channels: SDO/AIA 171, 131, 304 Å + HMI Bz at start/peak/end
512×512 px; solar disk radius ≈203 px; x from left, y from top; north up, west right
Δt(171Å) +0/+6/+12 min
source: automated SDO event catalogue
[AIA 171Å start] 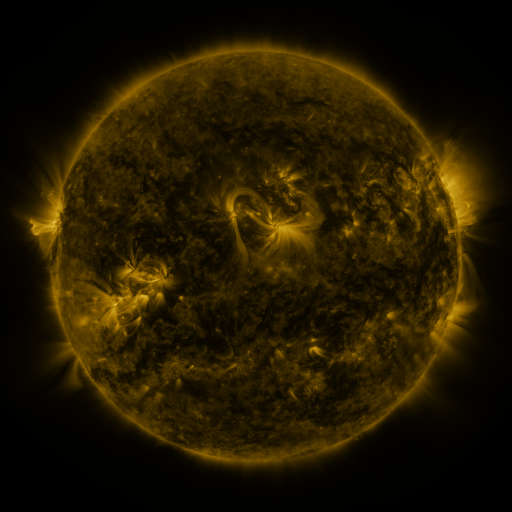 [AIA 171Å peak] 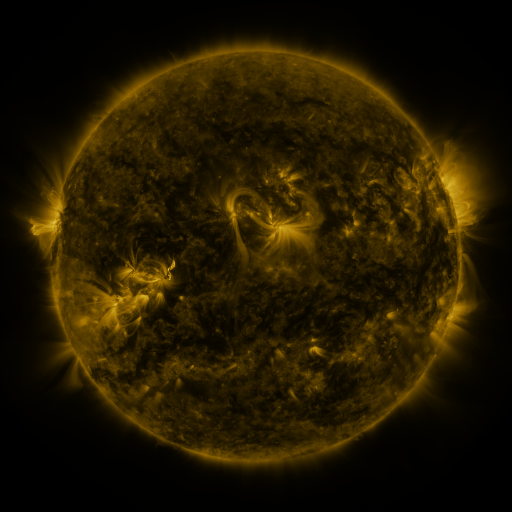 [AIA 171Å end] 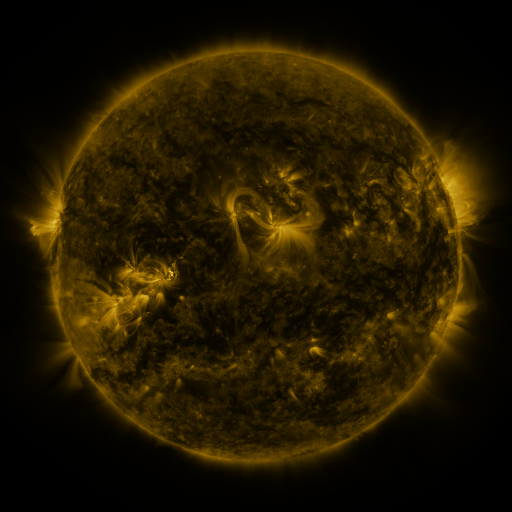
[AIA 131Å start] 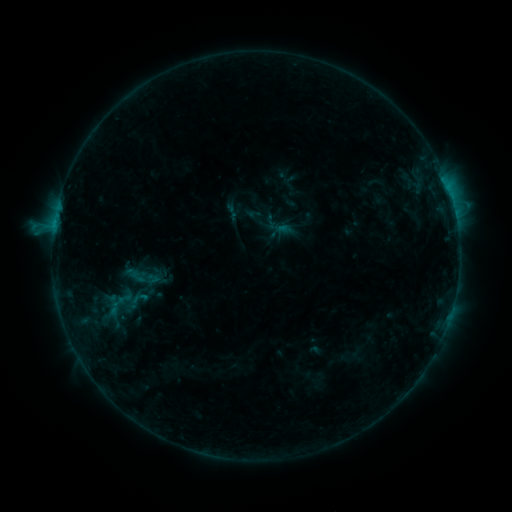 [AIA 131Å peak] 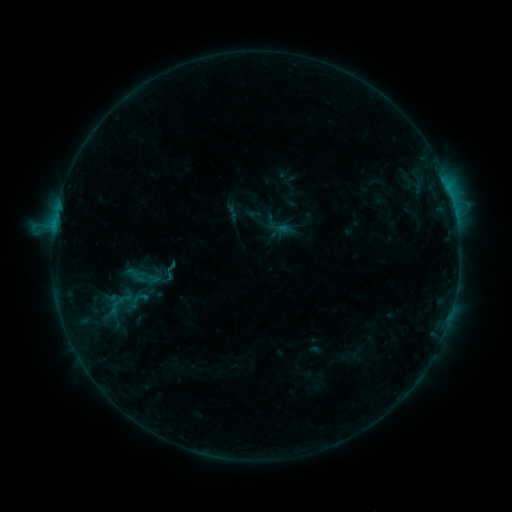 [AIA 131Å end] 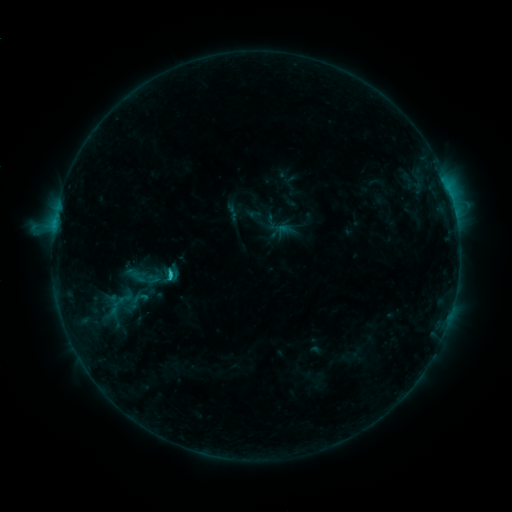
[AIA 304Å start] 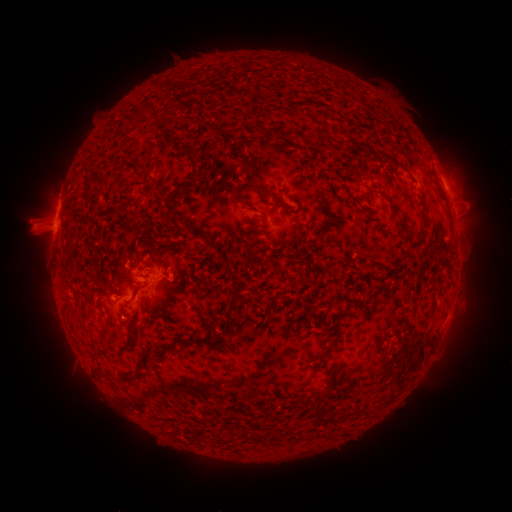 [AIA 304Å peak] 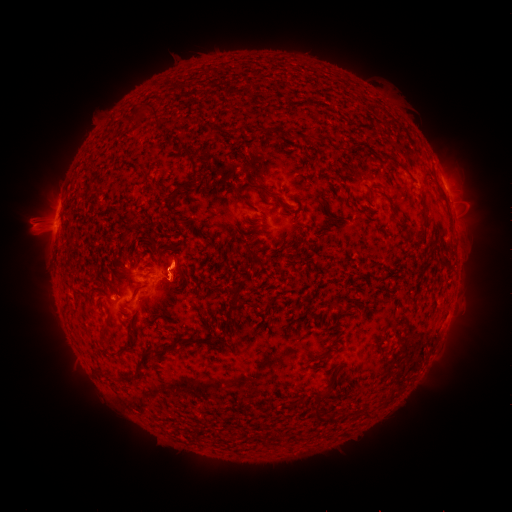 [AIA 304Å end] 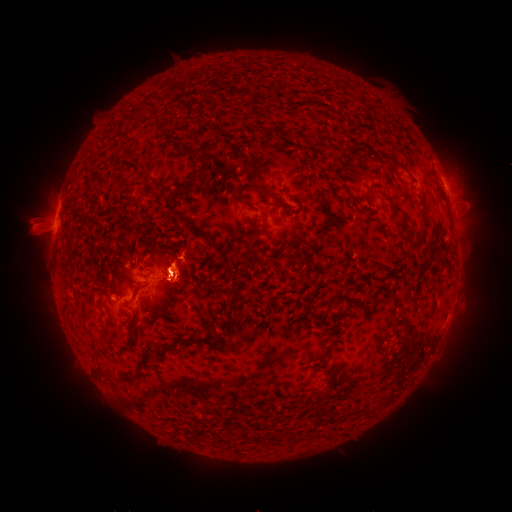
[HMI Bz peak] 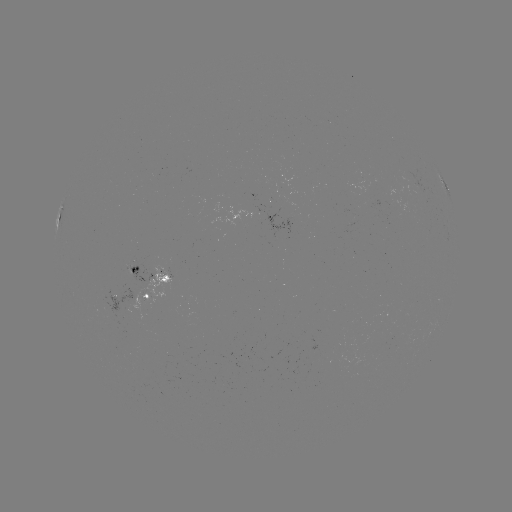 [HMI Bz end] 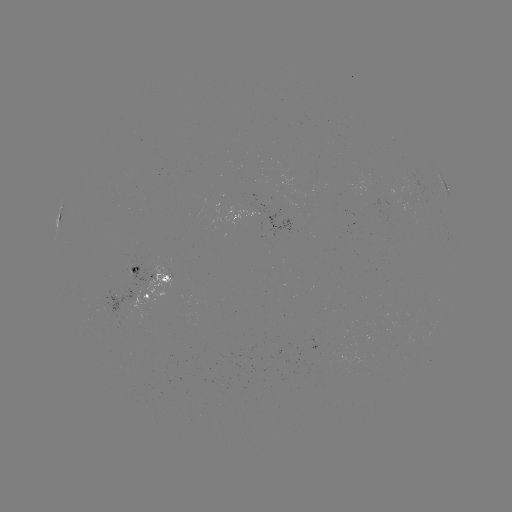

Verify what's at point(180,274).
eruption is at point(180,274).